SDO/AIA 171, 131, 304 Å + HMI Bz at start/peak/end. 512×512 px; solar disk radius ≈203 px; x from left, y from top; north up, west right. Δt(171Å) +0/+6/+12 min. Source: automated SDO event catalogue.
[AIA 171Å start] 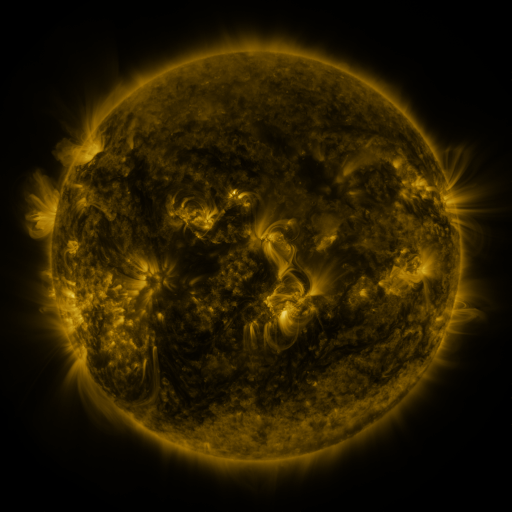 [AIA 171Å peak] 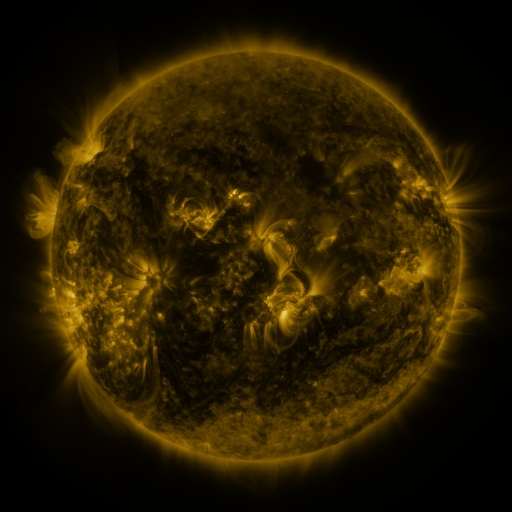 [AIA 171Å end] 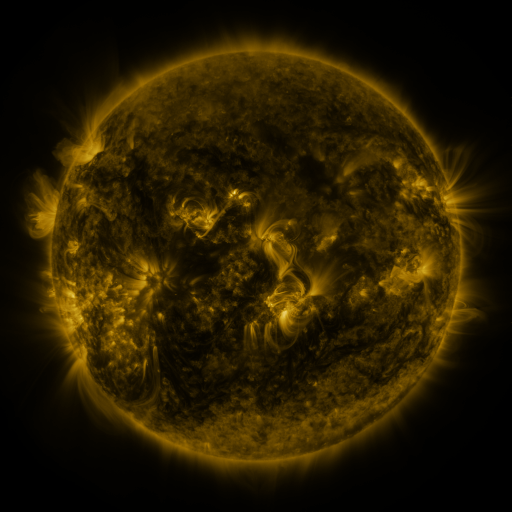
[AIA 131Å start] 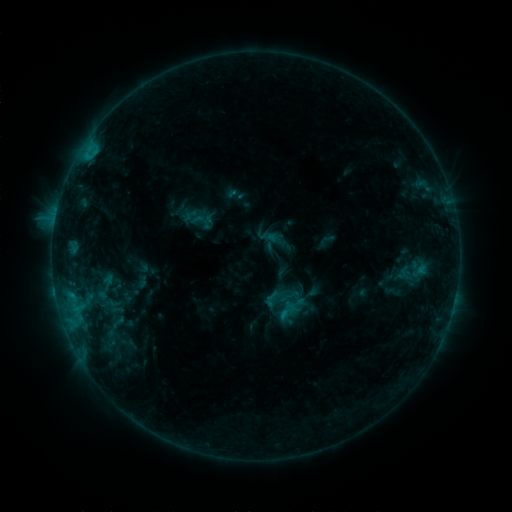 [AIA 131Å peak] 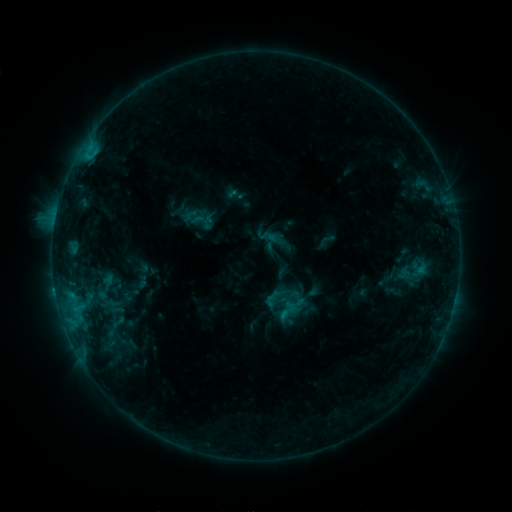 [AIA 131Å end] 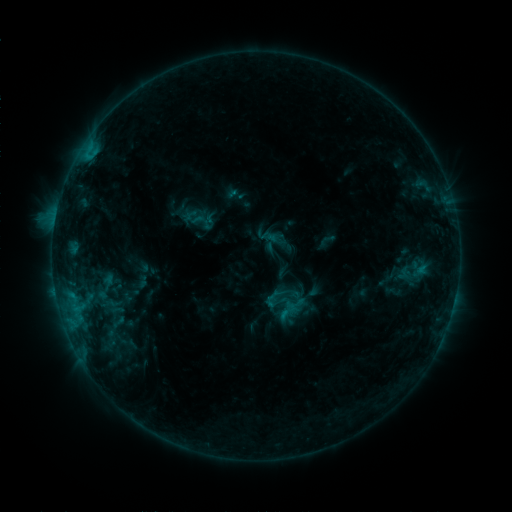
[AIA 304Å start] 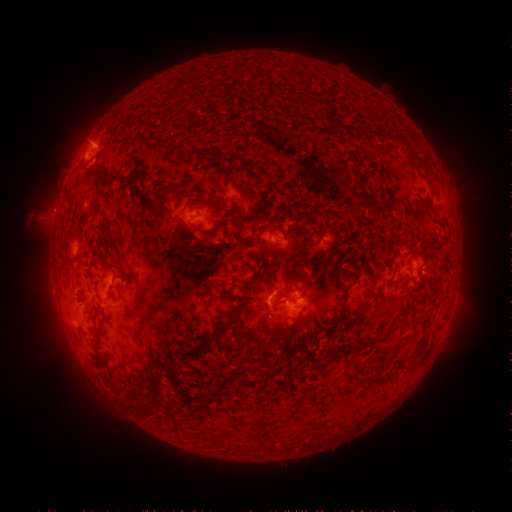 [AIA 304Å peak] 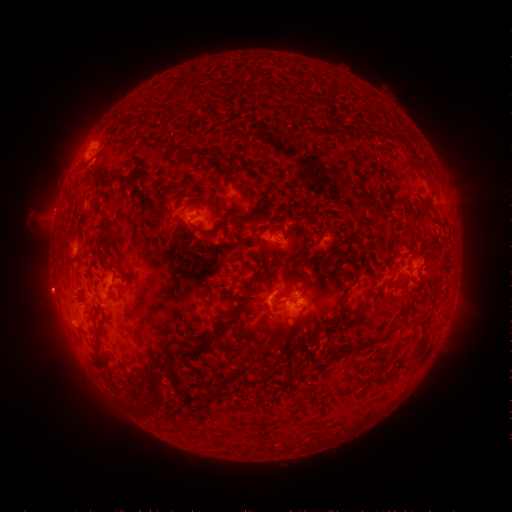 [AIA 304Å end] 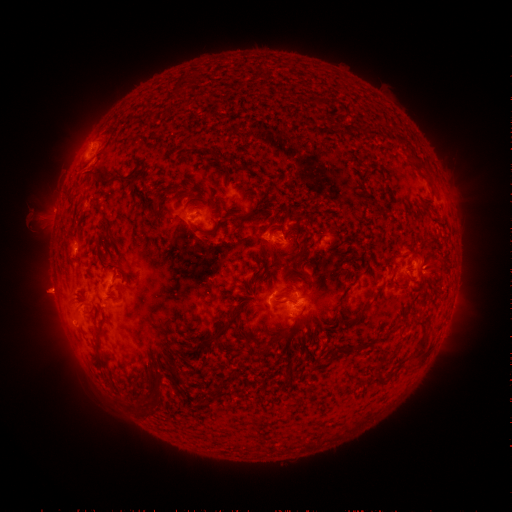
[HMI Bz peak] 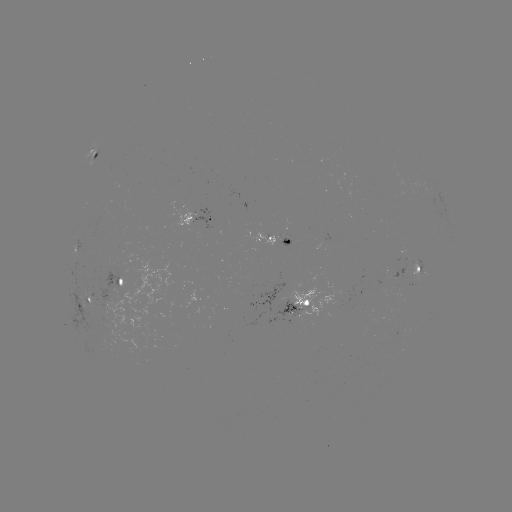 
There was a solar eruption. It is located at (46, 291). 